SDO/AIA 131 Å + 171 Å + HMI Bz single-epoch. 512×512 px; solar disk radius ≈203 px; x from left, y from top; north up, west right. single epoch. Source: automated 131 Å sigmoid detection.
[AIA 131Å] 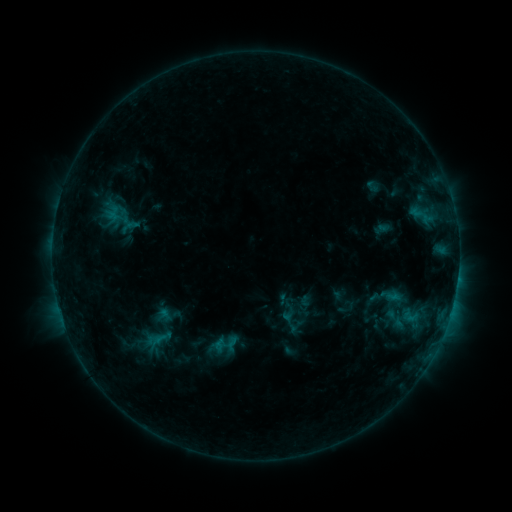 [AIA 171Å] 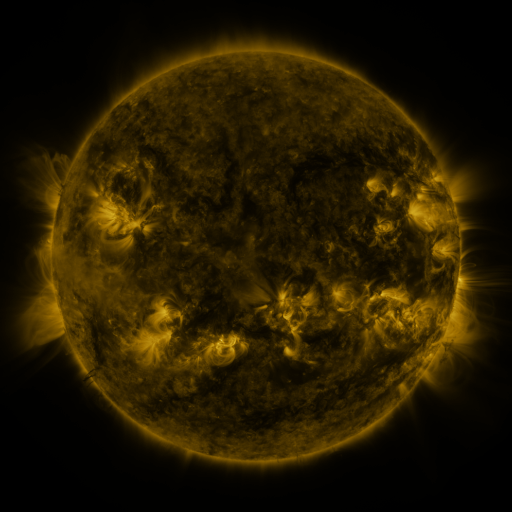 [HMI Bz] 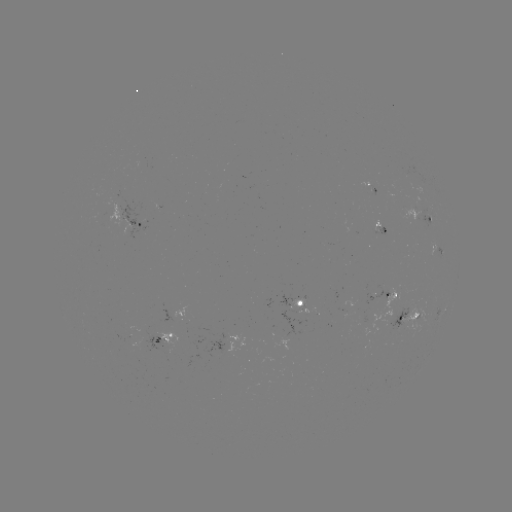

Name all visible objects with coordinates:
sigmoid: (119, 218)
sigmoid: (233, 344)
